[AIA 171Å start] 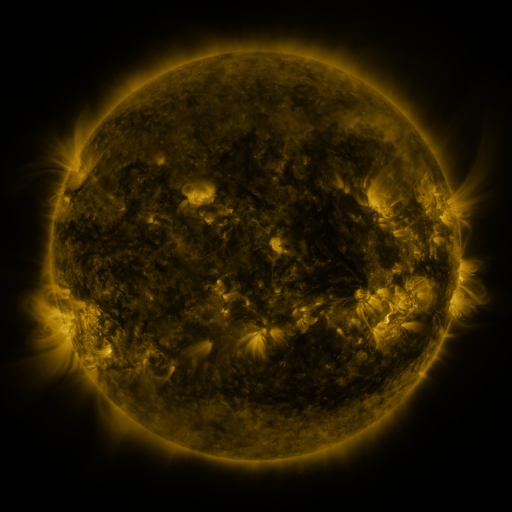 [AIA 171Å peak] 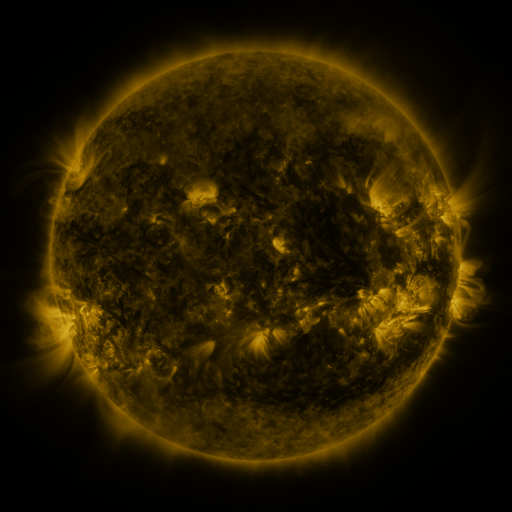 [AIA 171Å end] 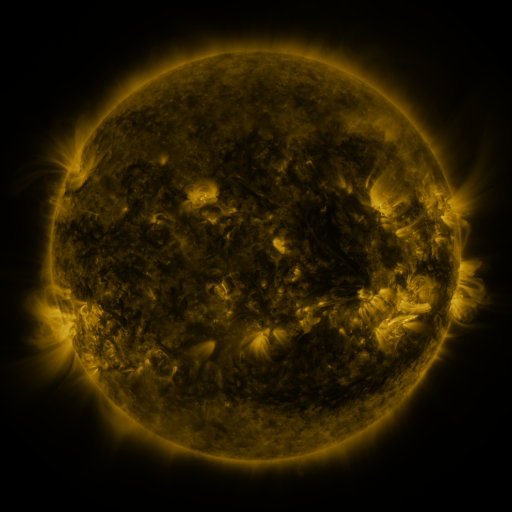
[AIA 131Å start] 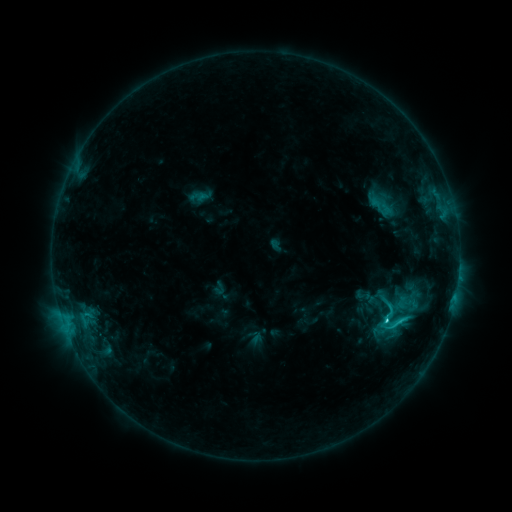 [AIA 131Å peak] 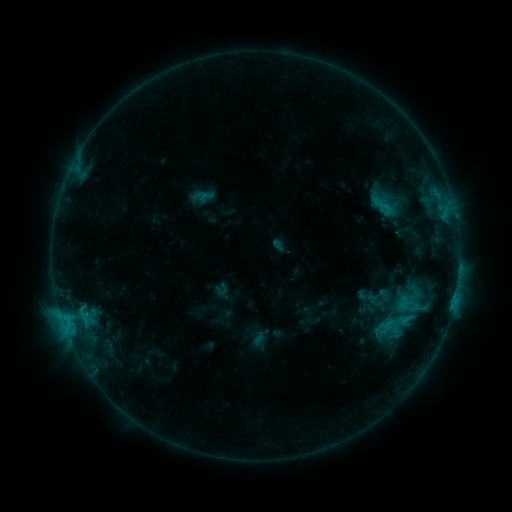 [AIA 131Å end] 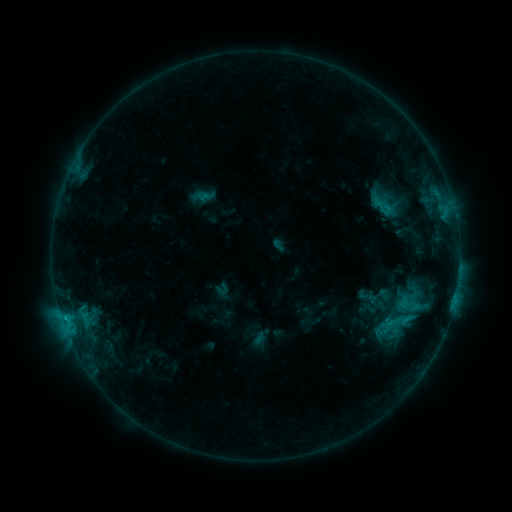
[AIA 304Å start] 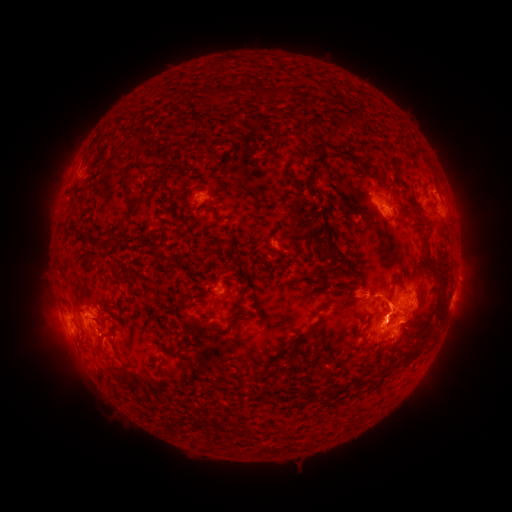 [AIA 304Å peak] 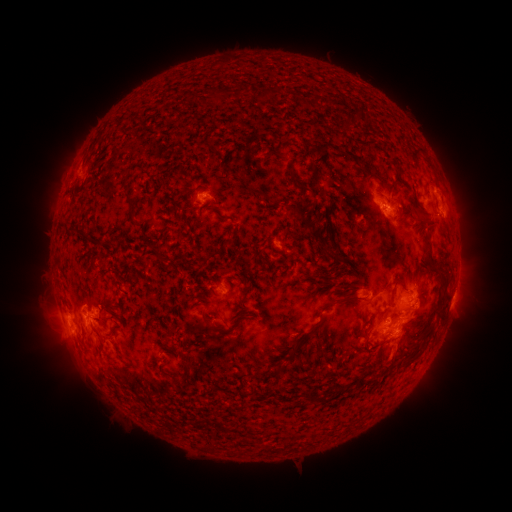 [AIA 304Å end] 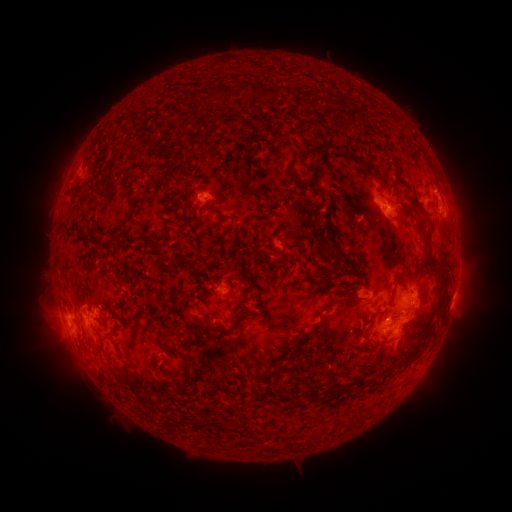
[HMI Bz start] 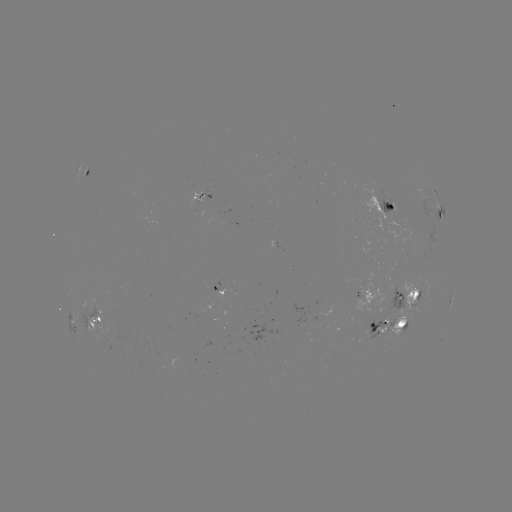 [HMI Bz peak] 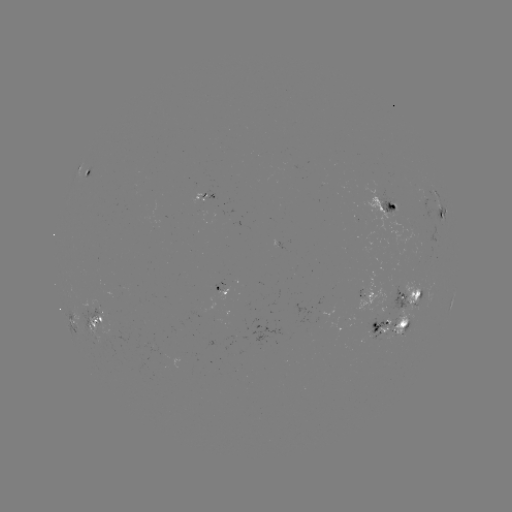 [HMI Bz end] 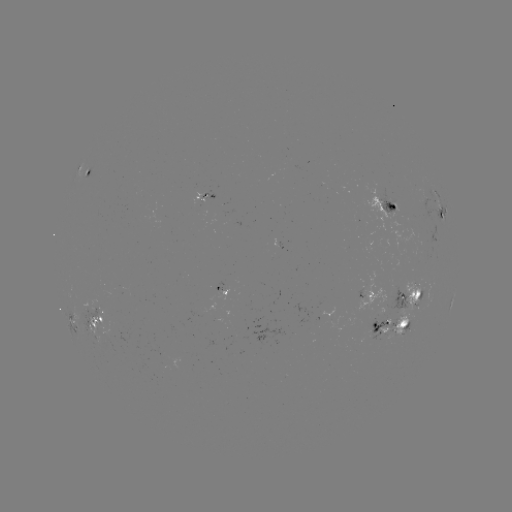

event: emerging-flux region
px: (201, 196)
